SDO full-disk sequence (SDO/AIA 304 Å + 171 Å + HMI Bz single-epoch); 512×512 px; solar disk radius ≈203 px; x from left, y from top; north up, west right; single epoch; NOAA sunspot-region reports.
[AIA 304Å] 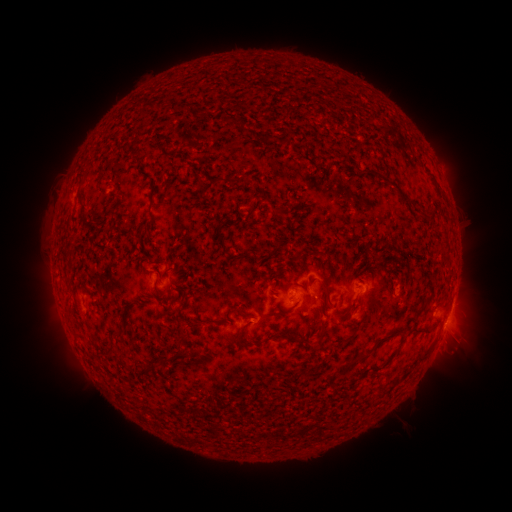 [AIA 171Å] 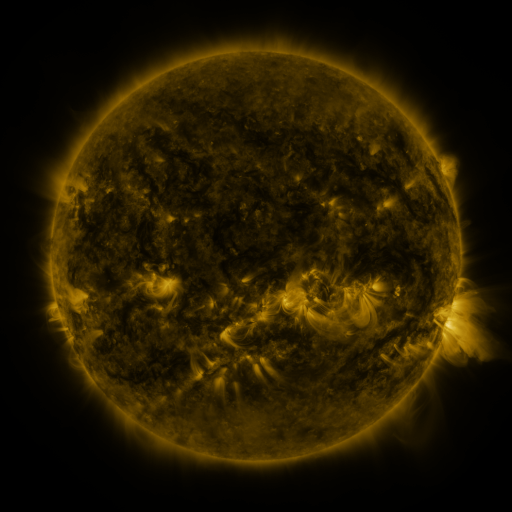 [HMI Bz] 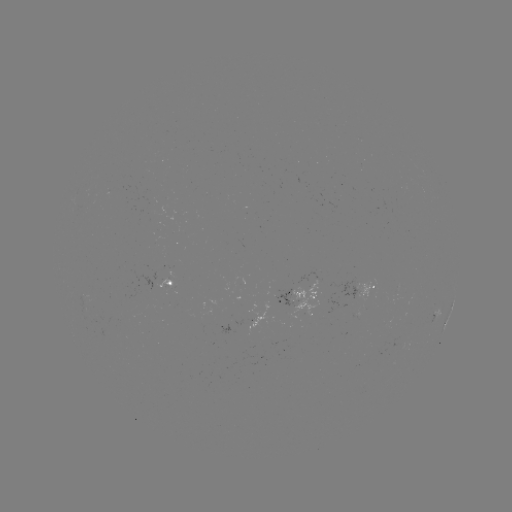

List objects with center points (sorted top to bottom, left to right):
spotted active region: (174, 284)
spotted active region: (365, 284)
spotted active region: (307, 297)
spotted active region: (452, 308)
spotted active region: (437, 314)
spotted active region: (447, 321)
